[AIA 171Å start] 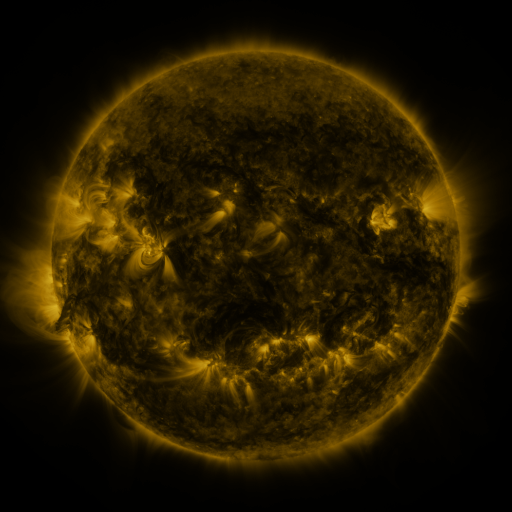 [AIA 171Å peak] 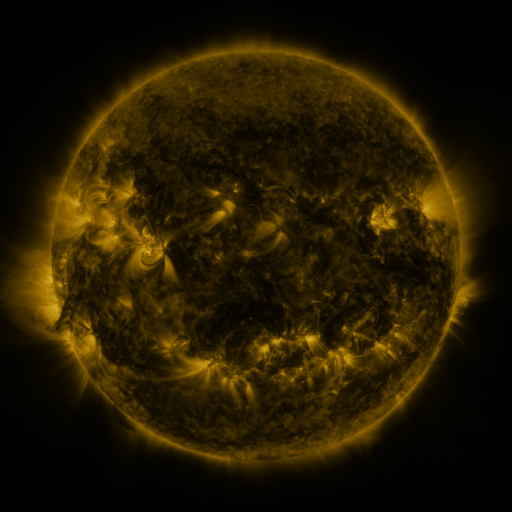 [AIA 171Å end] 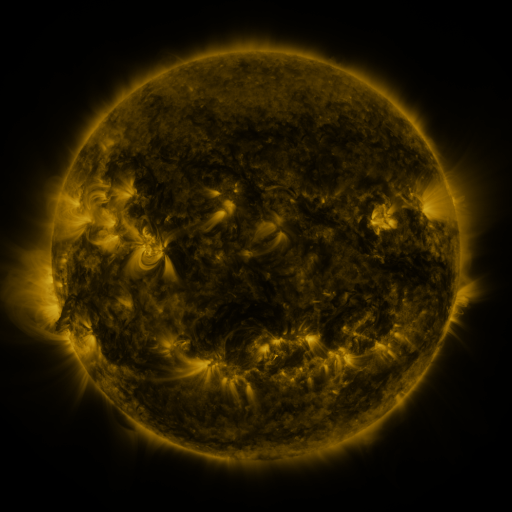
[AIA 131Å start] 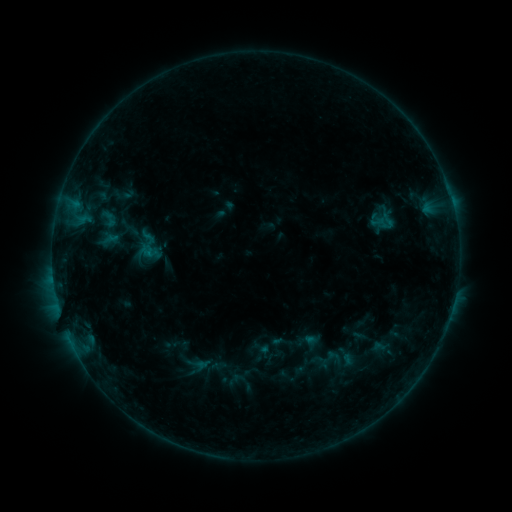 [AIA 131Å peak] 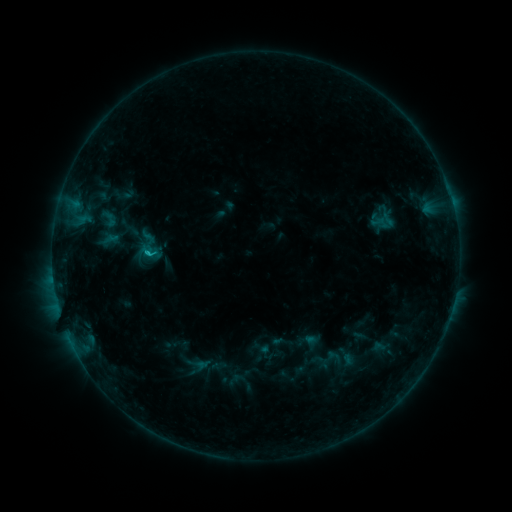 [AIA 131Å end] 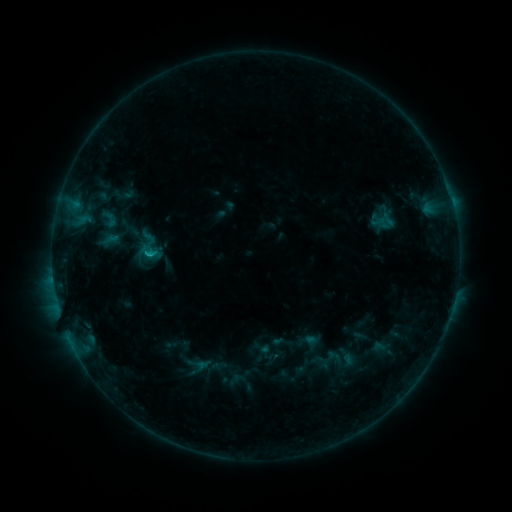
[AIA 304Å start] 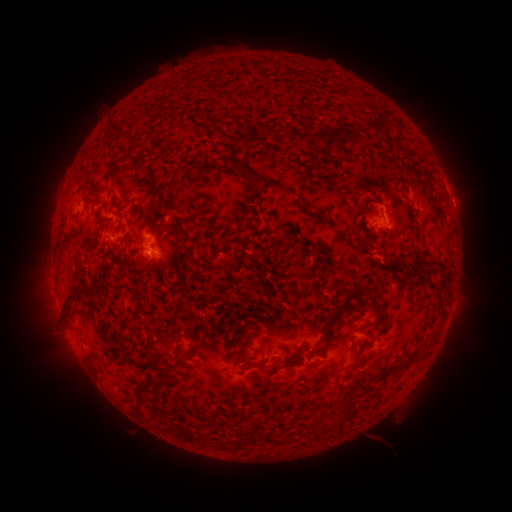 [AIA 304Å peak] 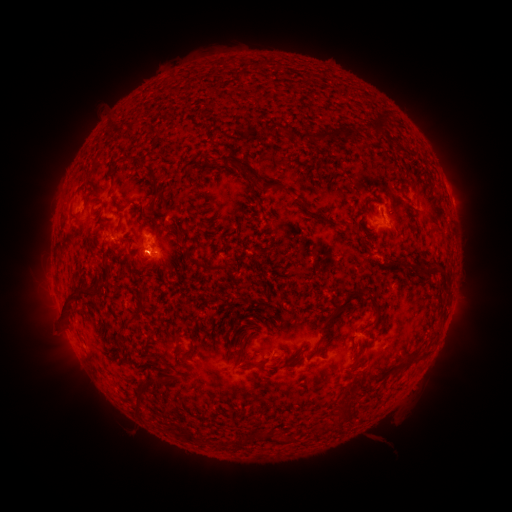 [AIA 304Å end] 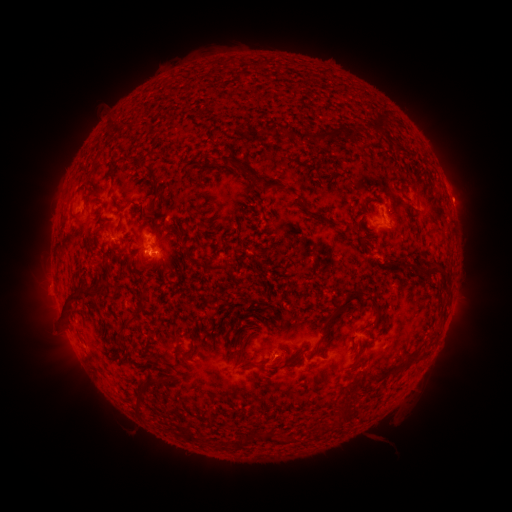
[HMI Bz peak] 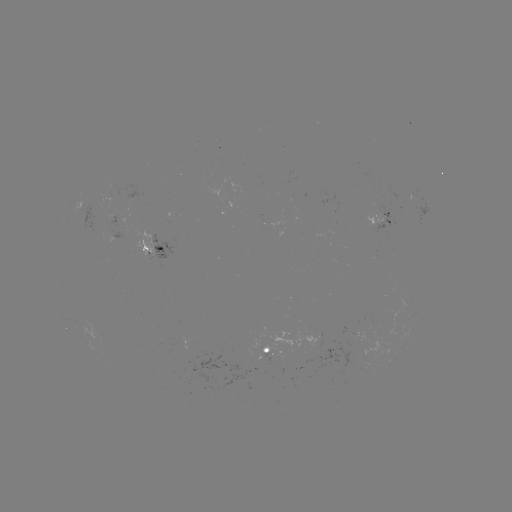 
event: flare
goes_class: B6.4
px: (148, 256)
